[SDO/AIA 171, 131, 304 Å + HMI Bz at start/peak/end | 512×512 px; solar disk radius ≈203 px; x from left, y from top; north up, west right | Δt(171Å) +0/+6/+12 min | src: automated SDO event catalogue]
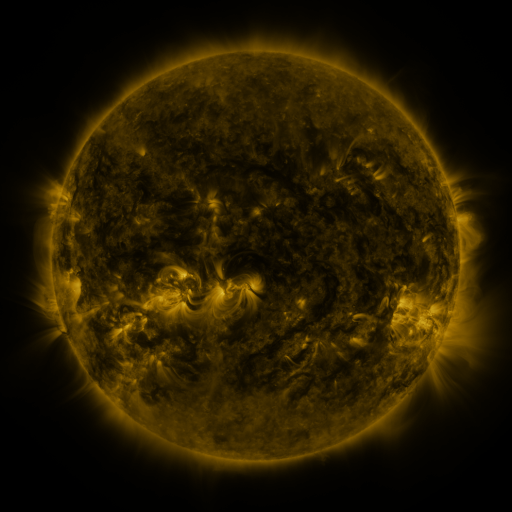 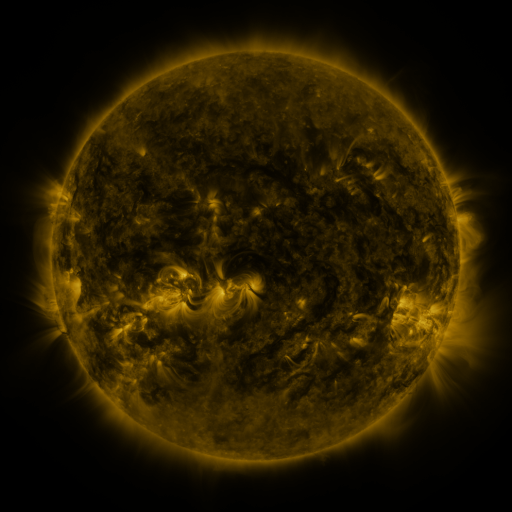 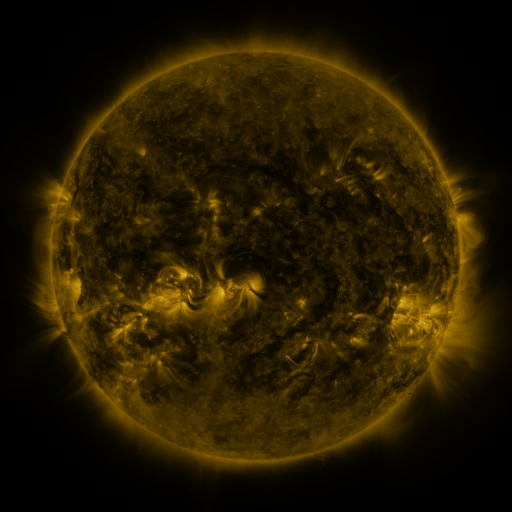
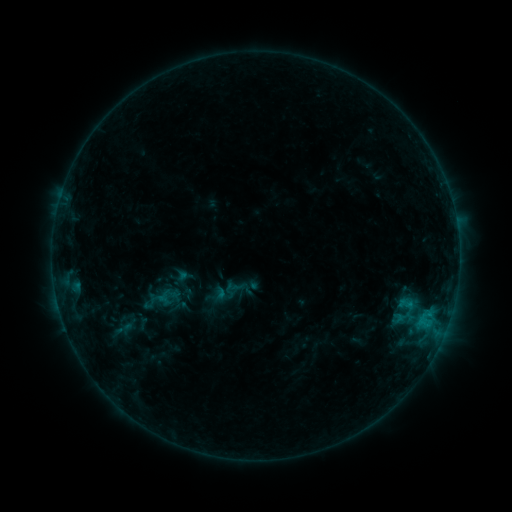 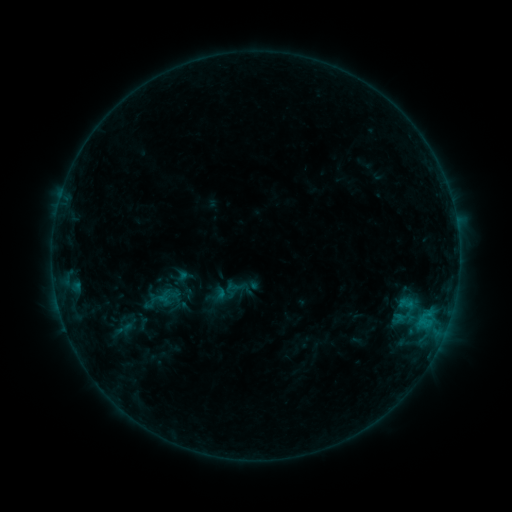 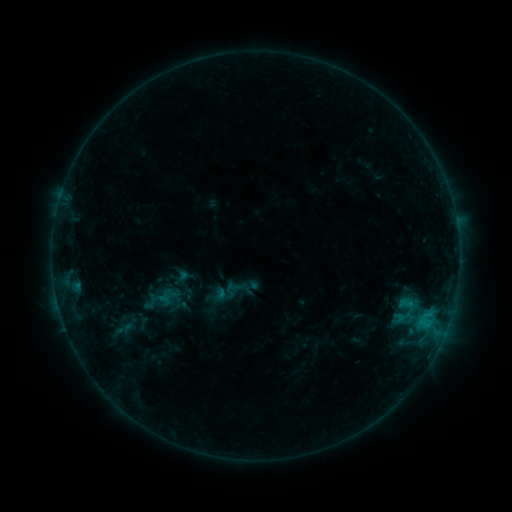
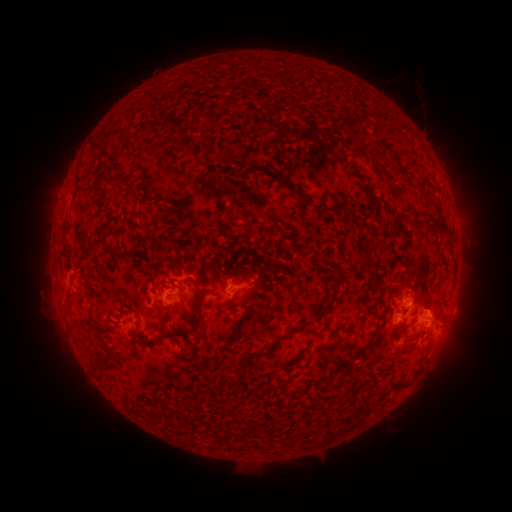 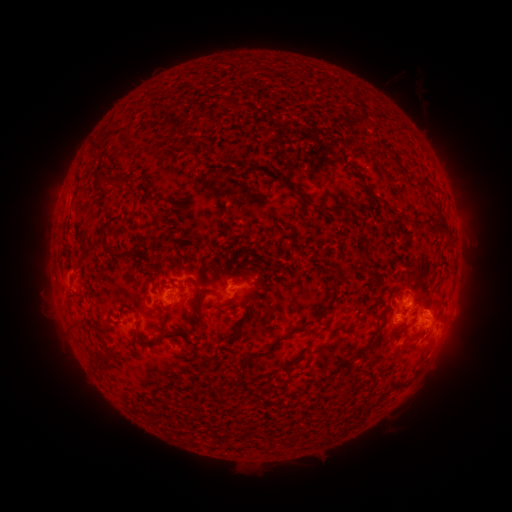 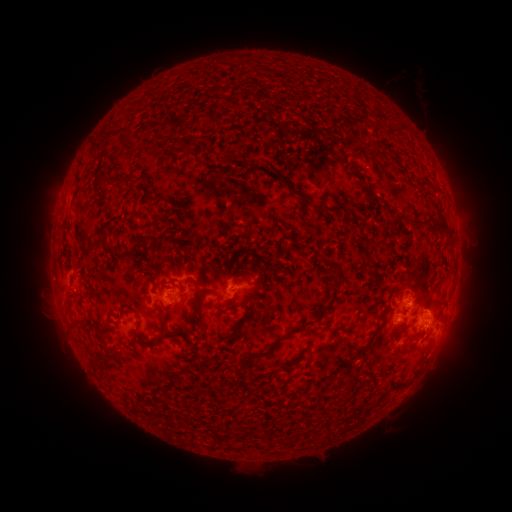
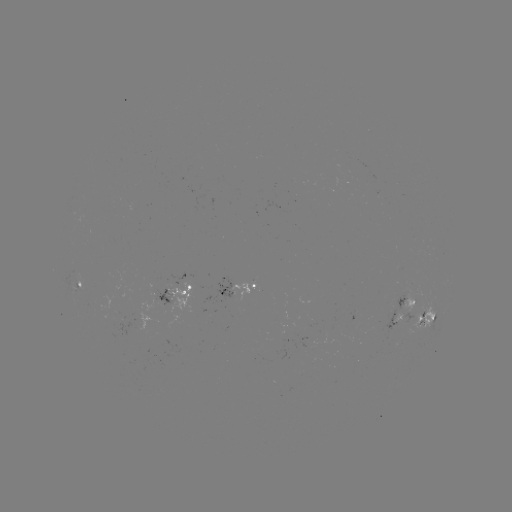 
nothing was catalogued: no classed flare, no EUV trigger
